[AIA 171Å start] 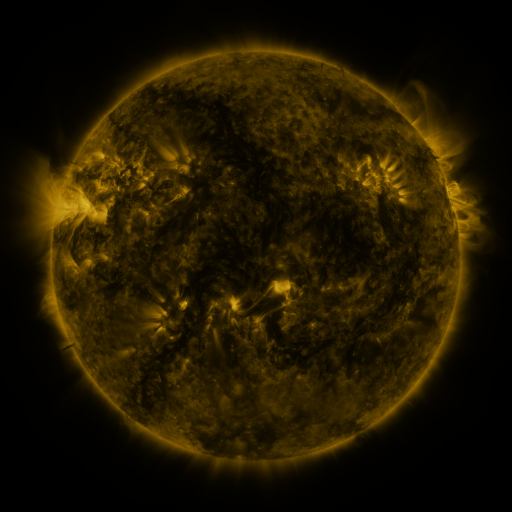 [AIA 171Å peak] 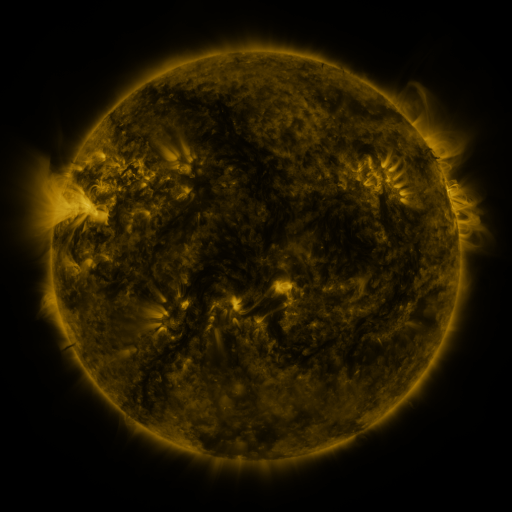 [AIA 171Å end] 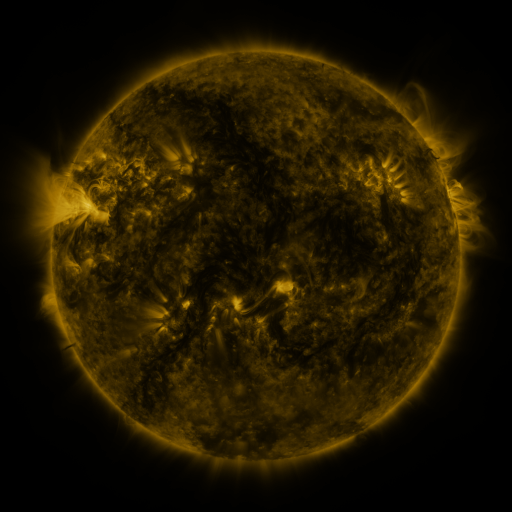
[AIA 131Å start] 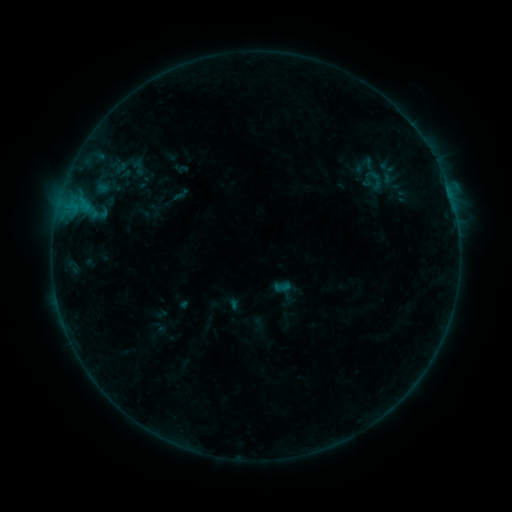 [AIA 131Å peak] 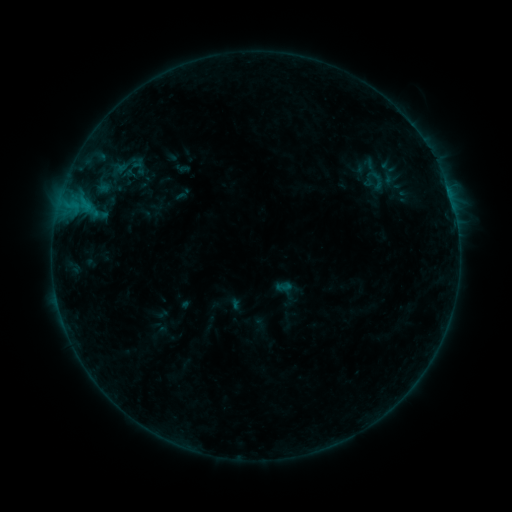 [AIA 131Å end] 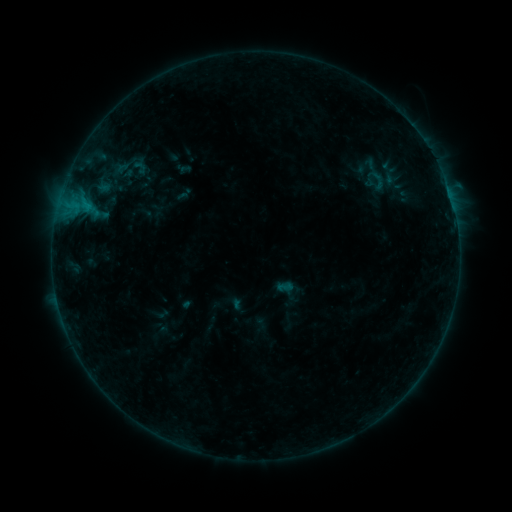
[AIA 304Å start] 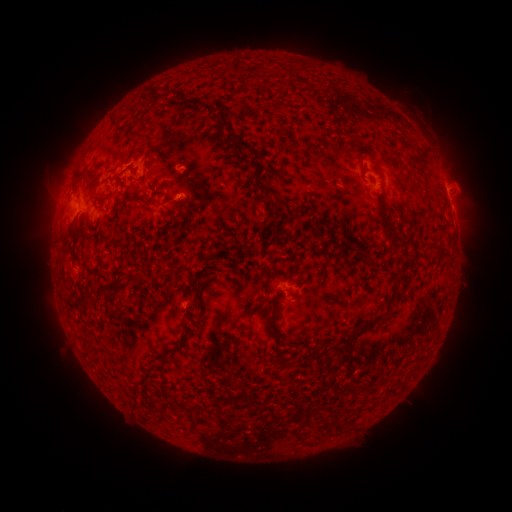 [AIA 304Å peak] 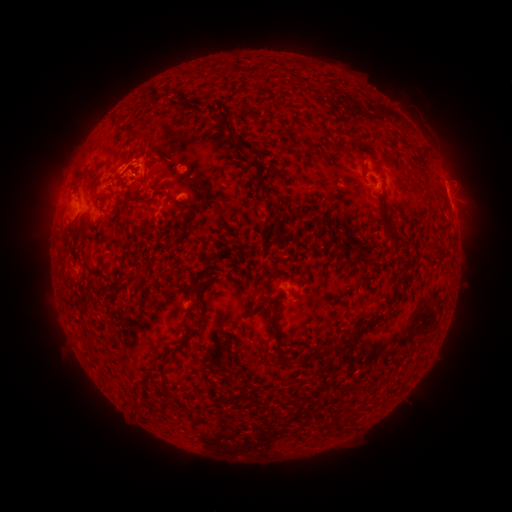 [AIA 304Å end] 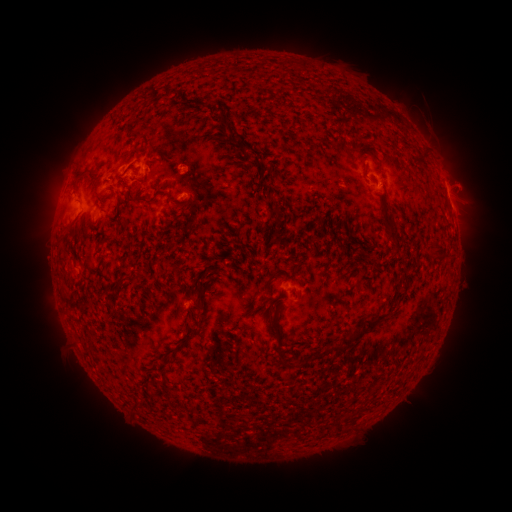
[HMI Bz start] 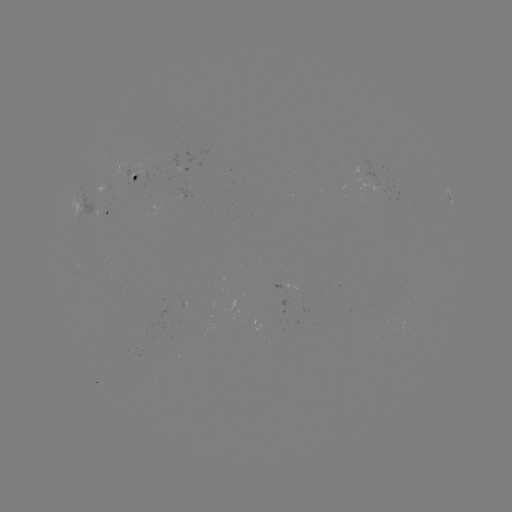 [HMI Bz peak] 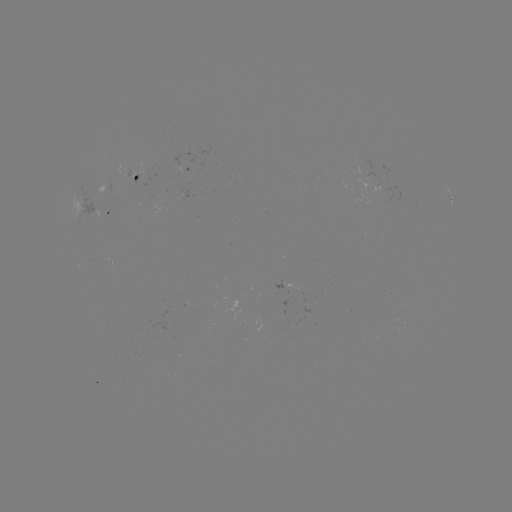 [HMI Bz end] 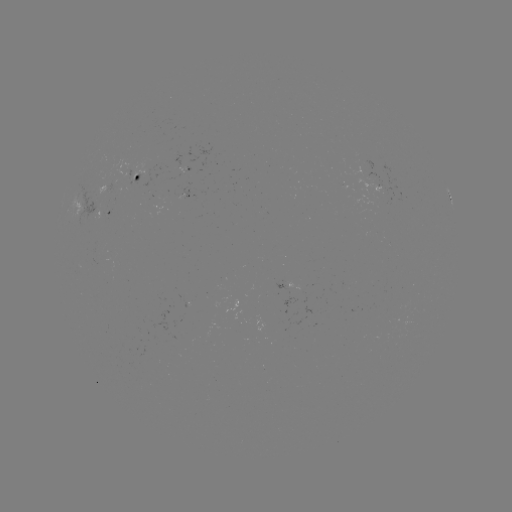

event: flare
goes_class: B5.2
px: (120, 169)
